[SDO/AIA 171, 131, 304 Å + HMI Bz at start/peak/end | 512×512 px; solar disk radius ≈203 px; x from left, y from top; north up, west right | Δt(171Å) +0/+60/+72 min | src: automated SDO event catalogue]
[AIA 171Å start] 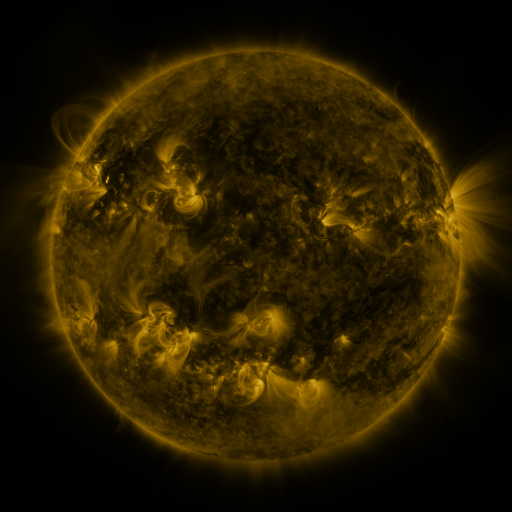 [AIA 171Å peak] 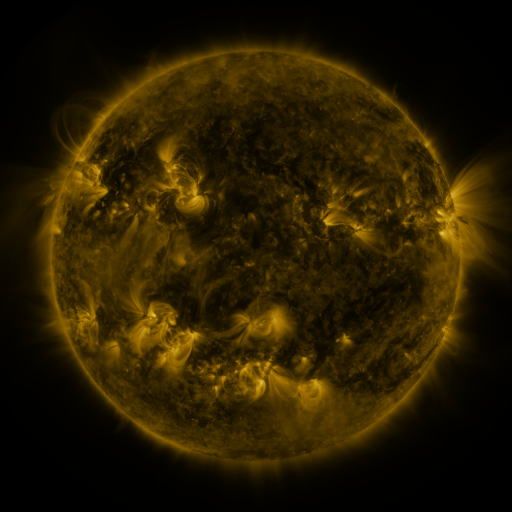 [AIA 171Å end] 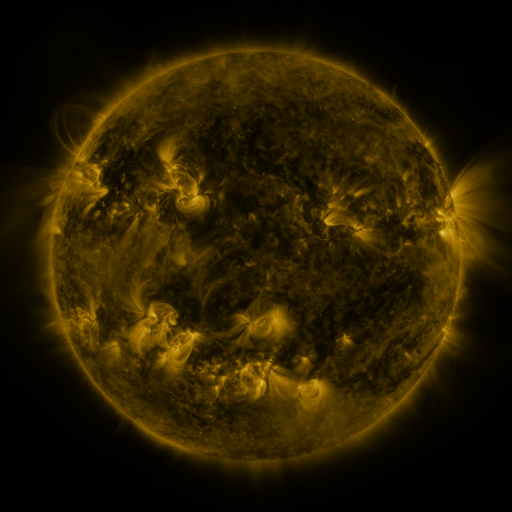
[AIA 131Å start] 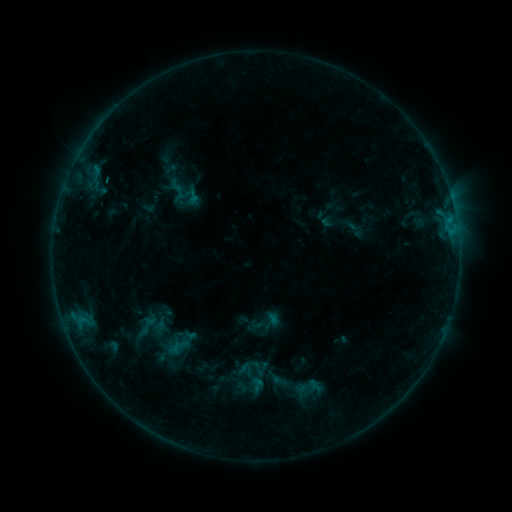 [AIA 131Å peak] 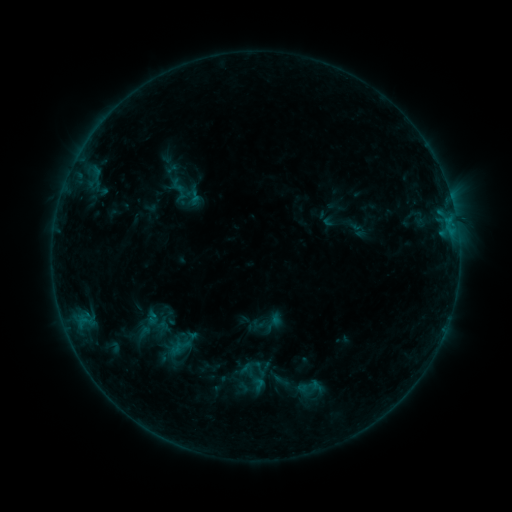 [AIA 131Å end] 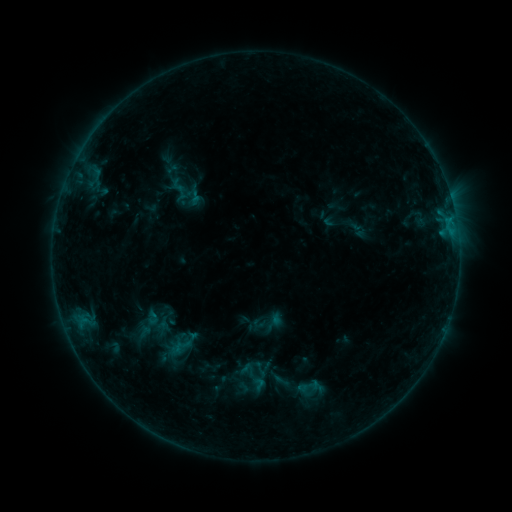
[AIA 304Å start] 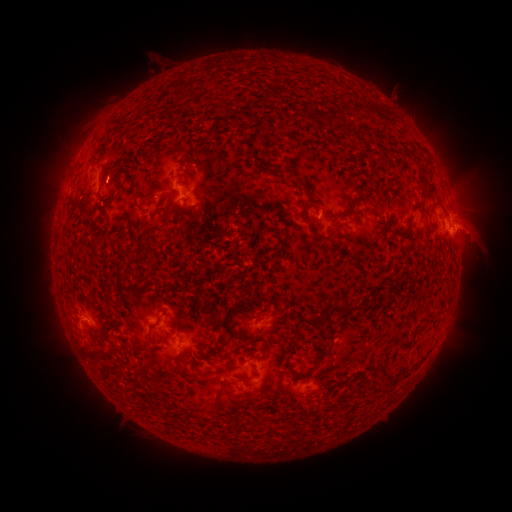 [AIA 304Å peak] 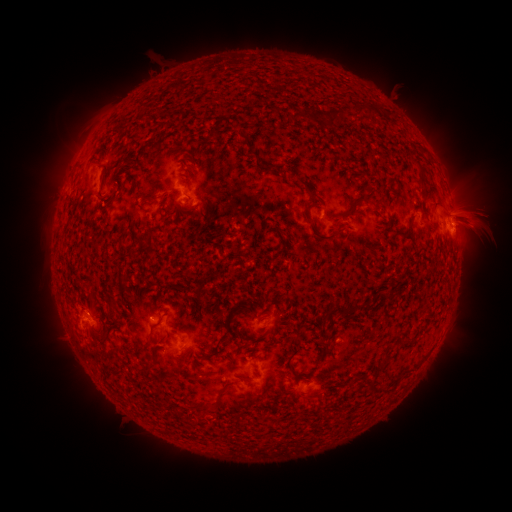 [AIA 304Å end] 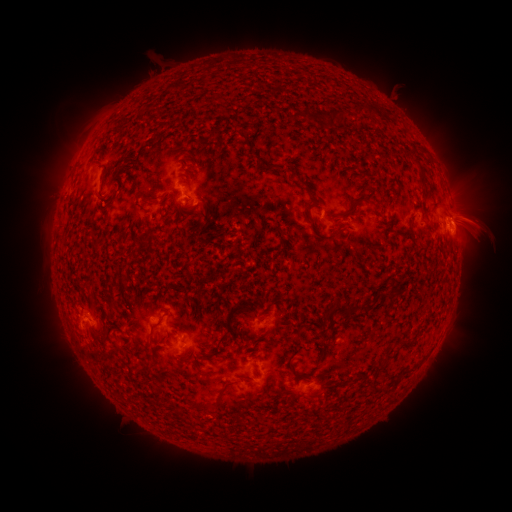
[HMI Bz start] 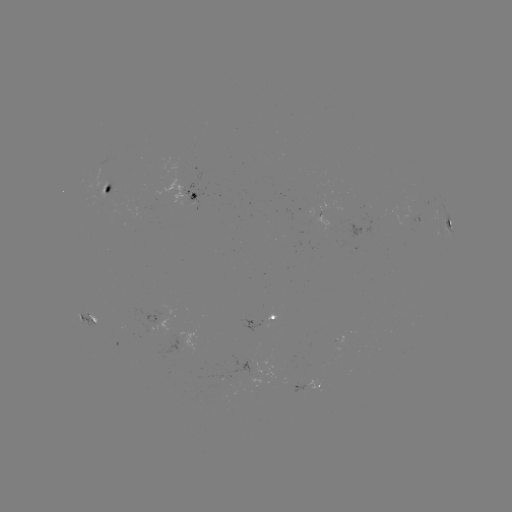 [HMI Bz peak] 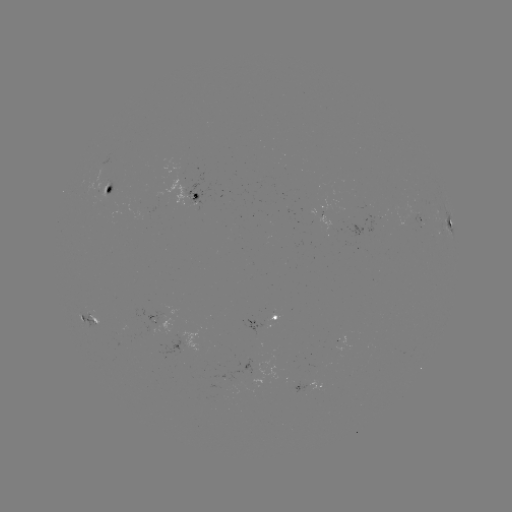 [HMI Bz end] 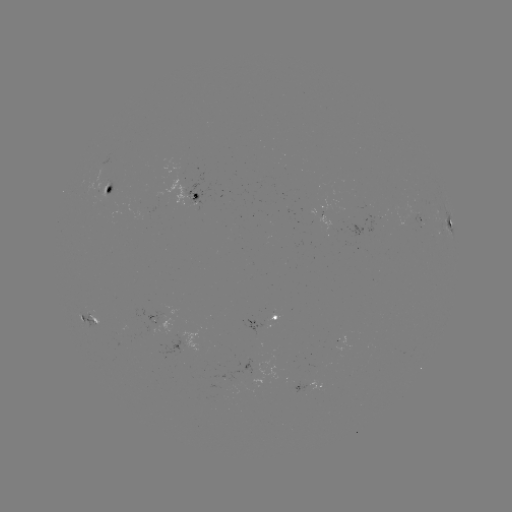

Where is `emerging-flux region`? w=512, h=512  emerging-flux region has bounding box [92, 177, 112, 209].